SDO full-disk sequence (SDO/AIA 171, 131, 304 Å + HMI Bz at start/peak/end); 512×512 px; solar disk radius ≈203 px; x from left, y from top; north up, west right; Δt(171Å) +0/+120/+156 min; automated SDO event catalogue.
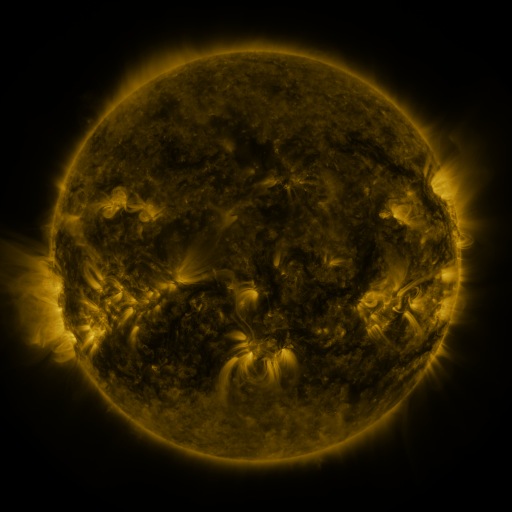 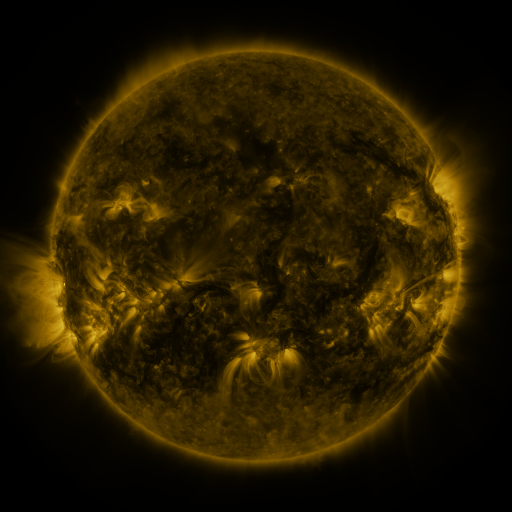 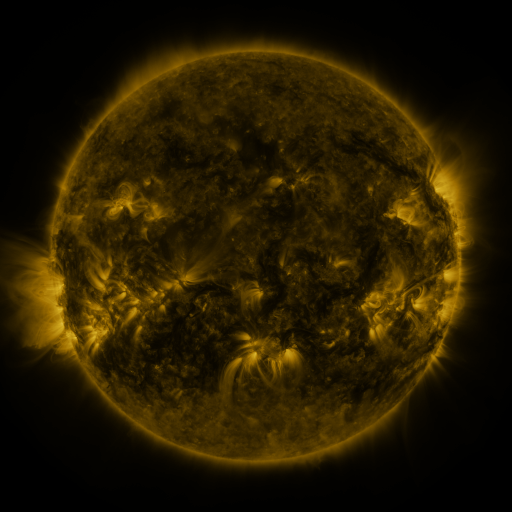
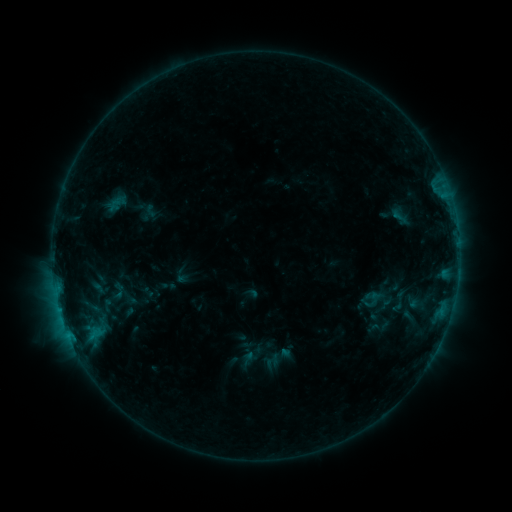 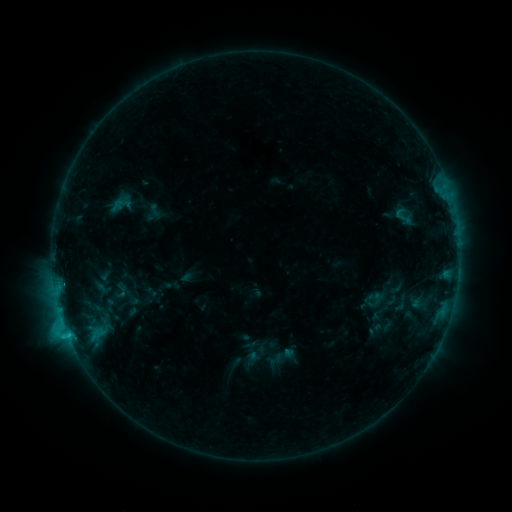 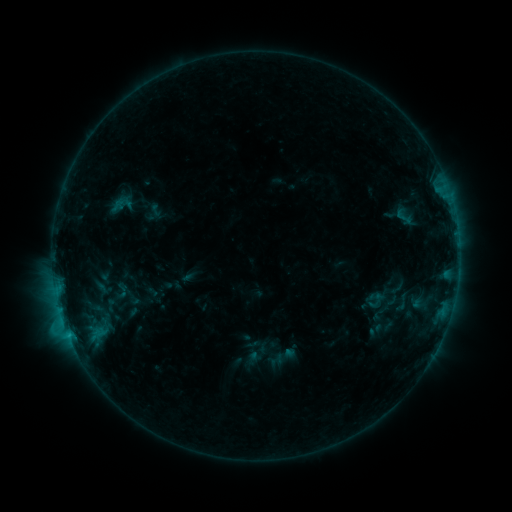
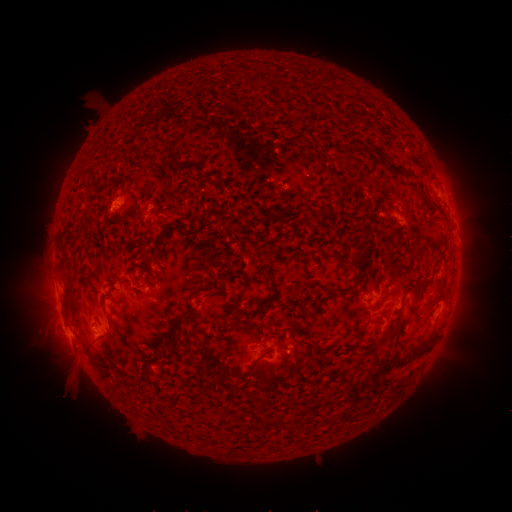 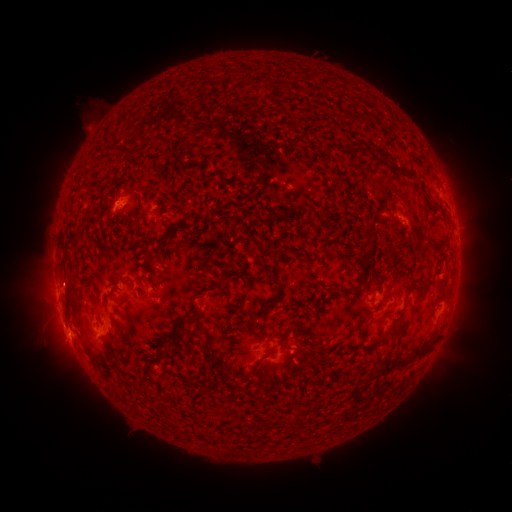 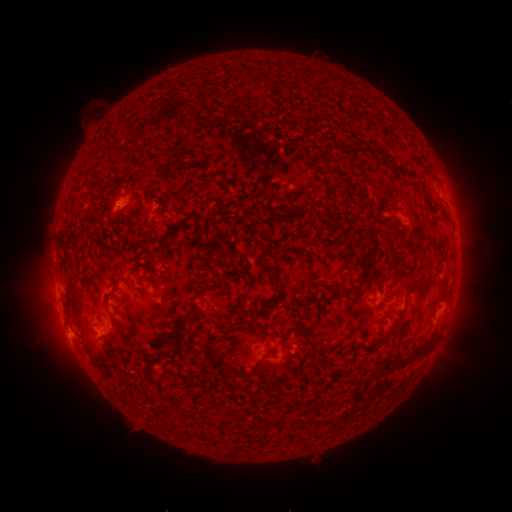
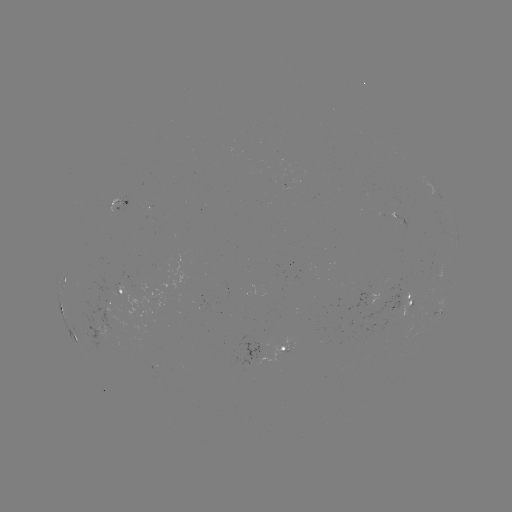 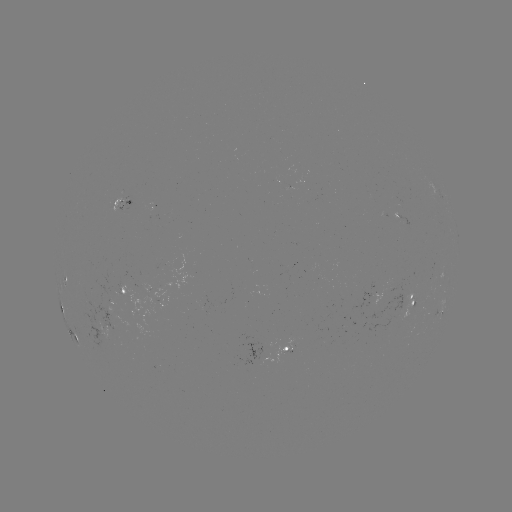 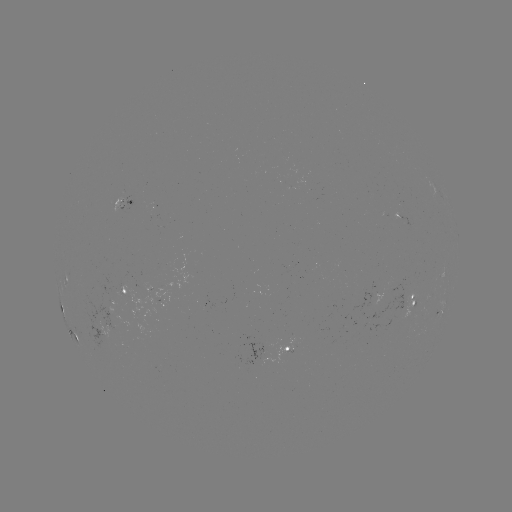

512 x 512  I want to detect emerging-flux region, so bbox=[283, 184, 296, 193].